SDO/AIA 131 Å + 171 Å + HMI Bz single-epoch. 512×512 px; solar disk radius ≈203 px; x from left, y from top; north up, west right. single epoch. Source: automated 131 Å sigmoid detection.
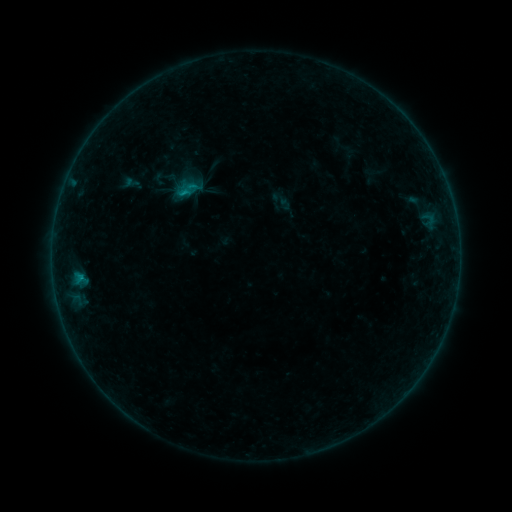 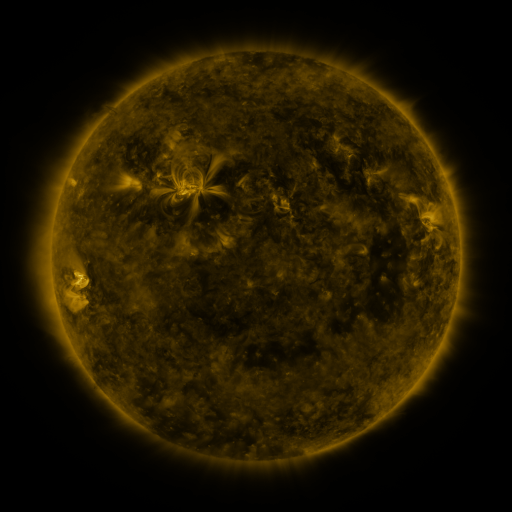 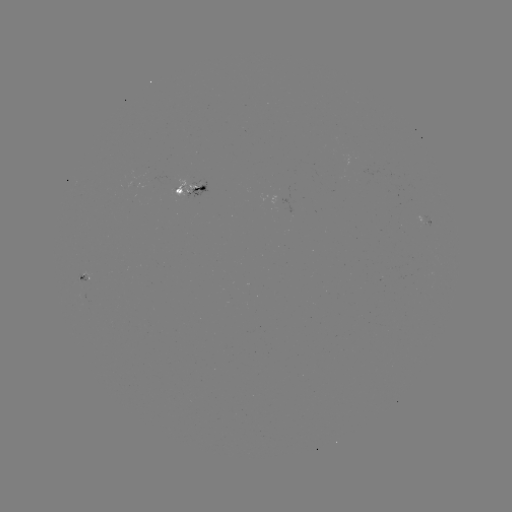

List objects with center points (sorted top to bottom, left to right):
sigmoid: [177, 178, 198, 200]
